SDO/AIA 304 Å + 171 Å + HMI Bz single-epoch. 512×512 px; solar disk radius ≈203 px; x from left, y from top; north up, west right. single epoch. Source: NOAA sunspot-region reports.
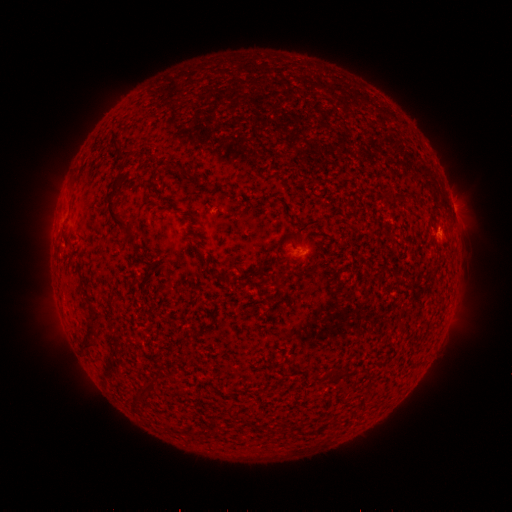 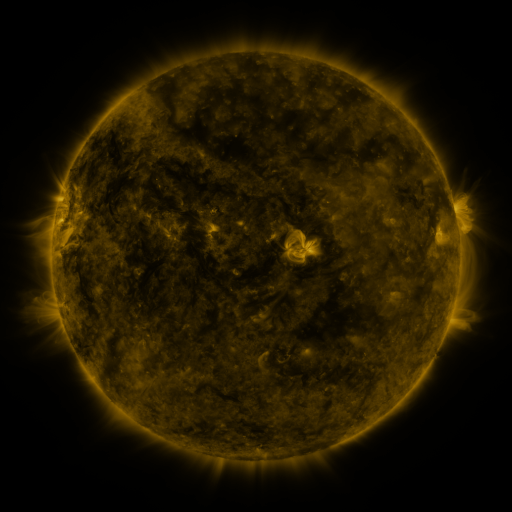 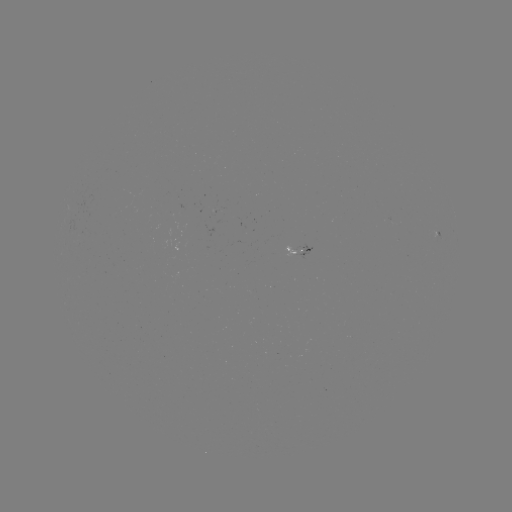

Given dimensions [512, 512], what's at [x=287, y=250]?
spotted active region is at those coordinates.